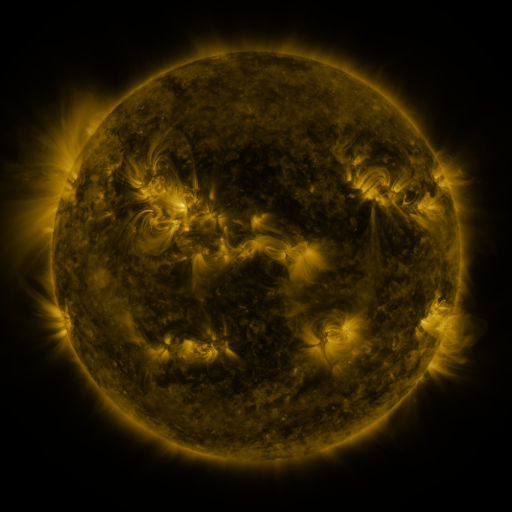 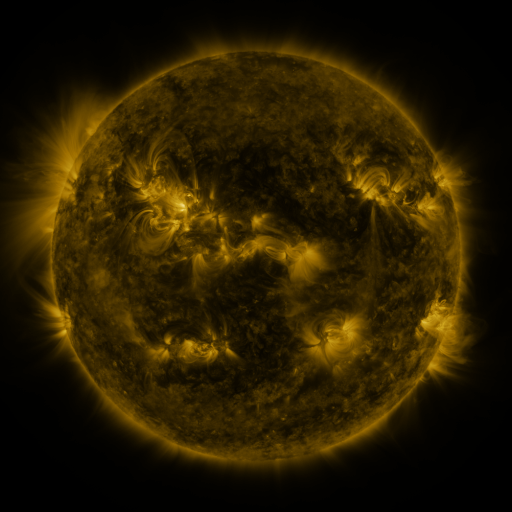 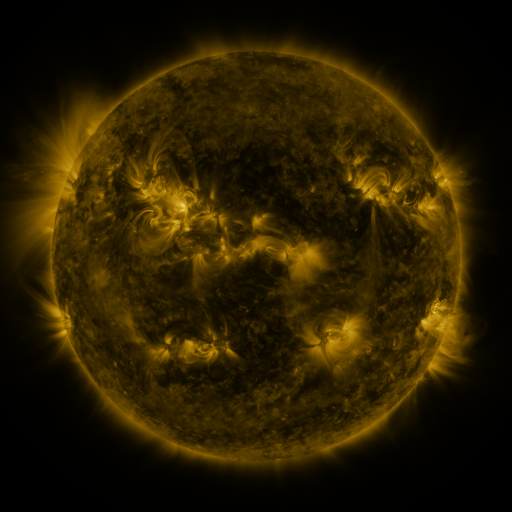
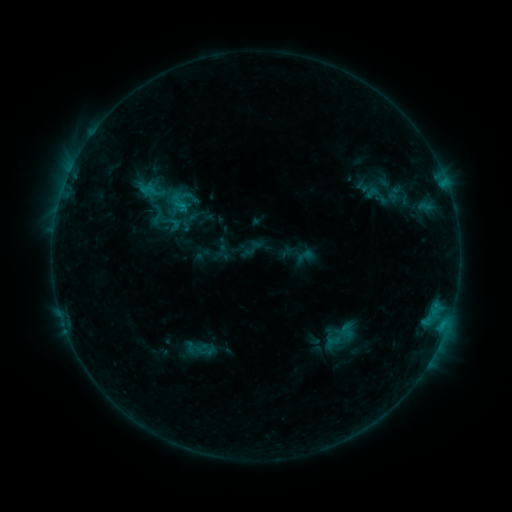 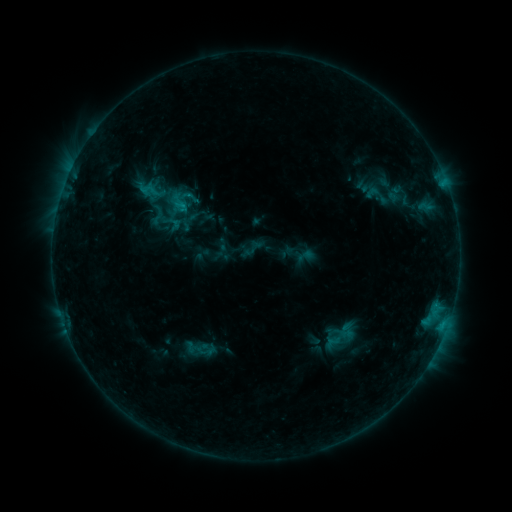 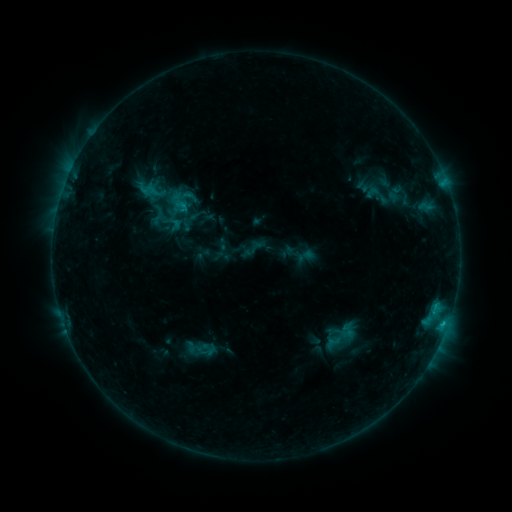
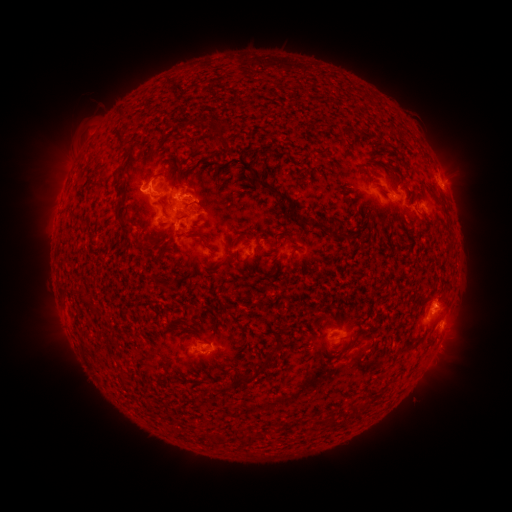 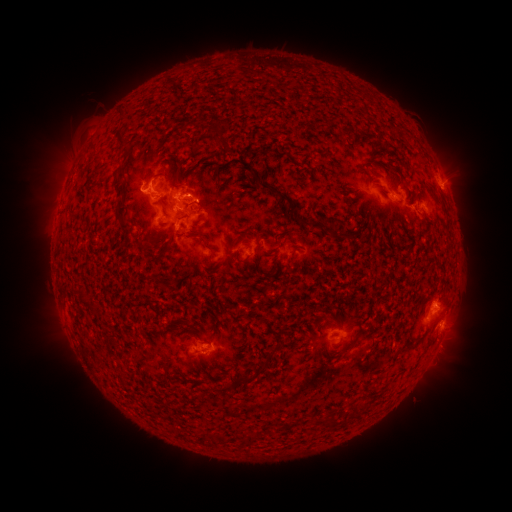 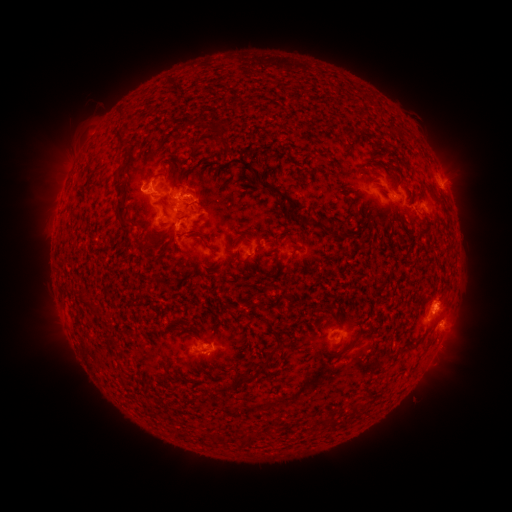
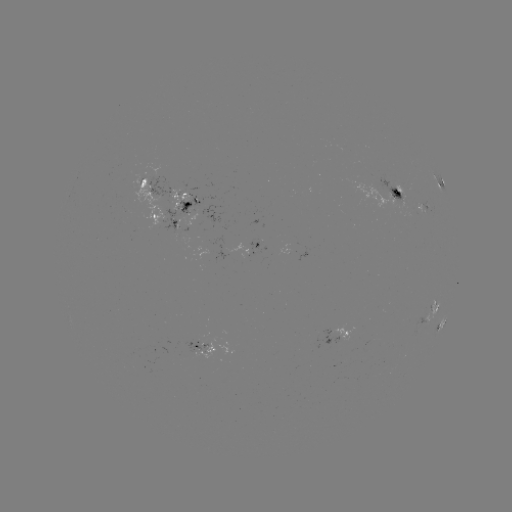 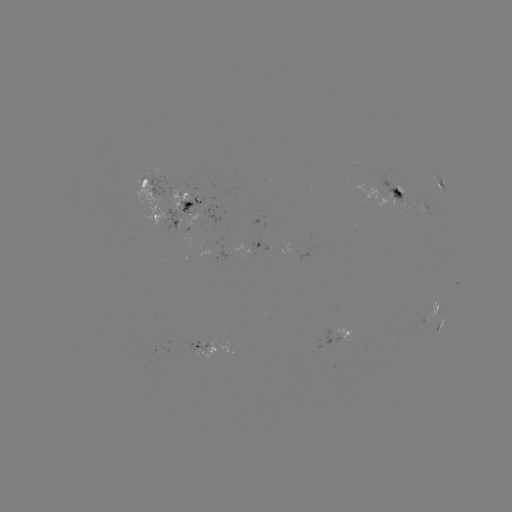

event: flare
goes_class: C1.4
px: (200, 202)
